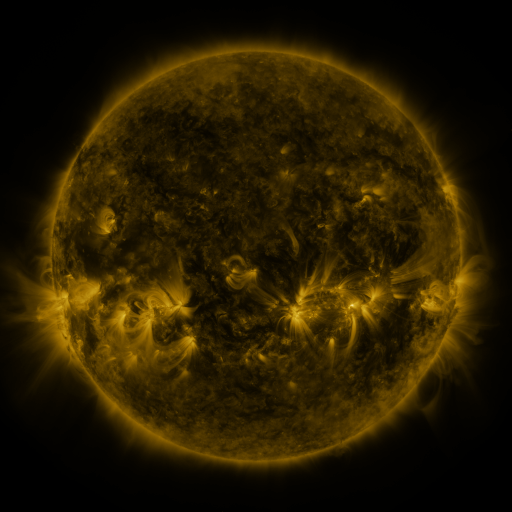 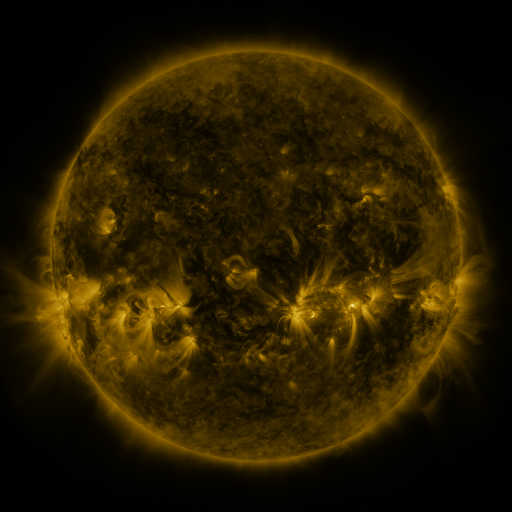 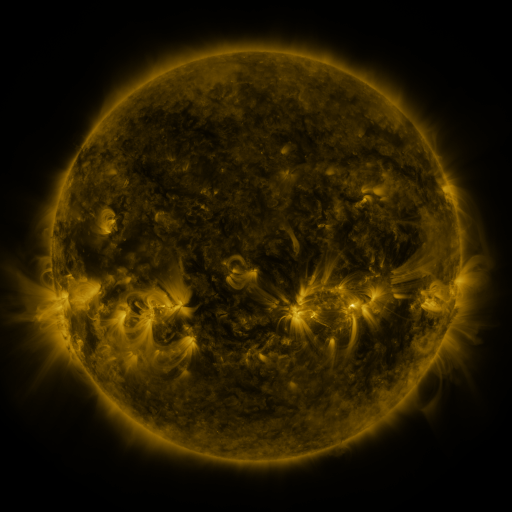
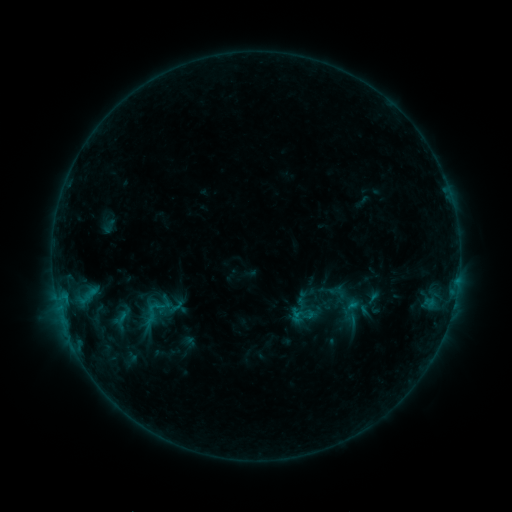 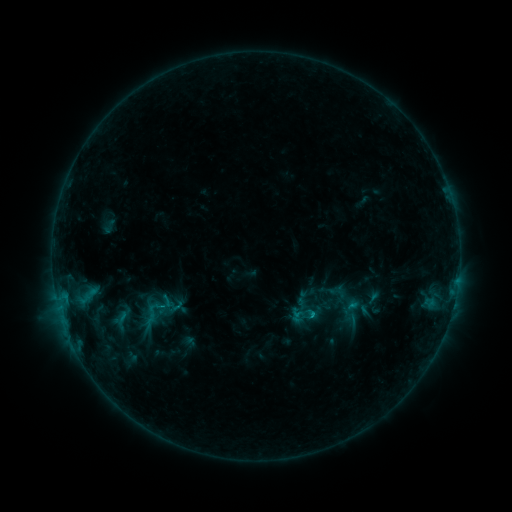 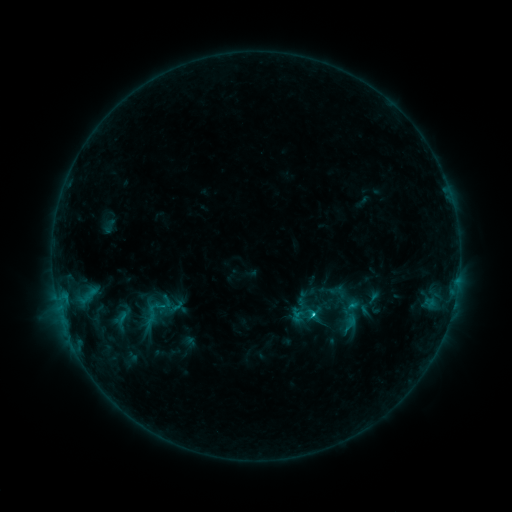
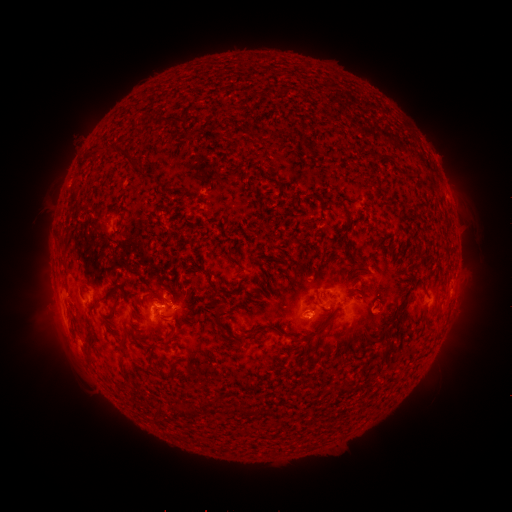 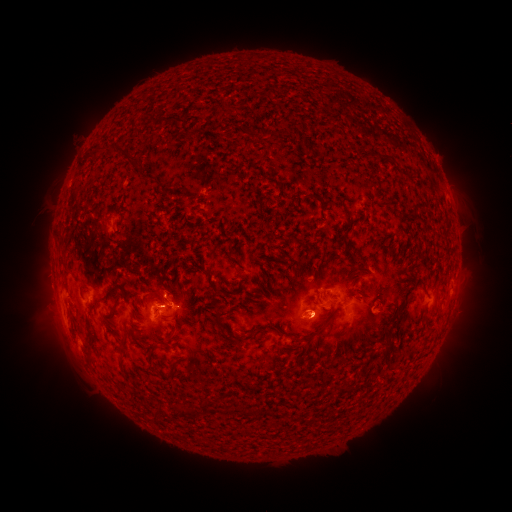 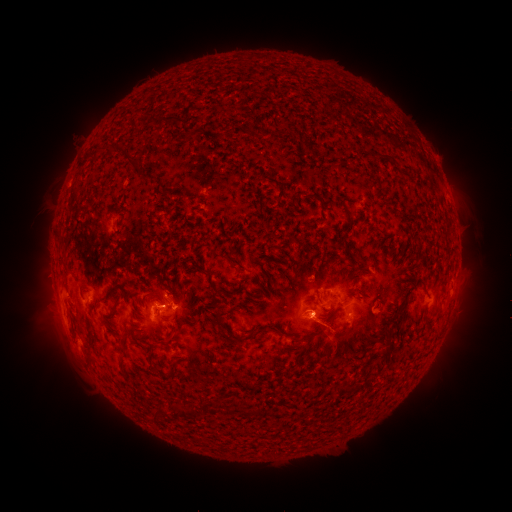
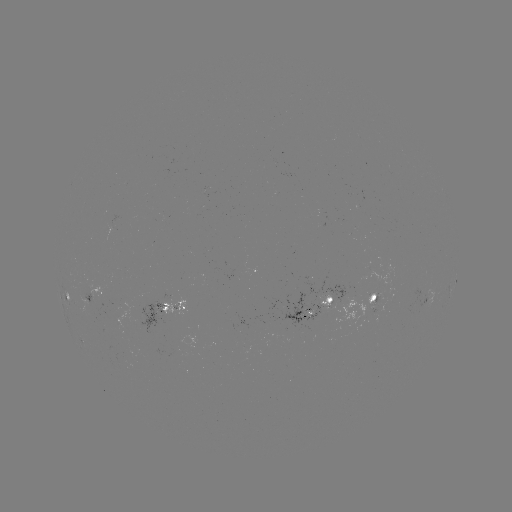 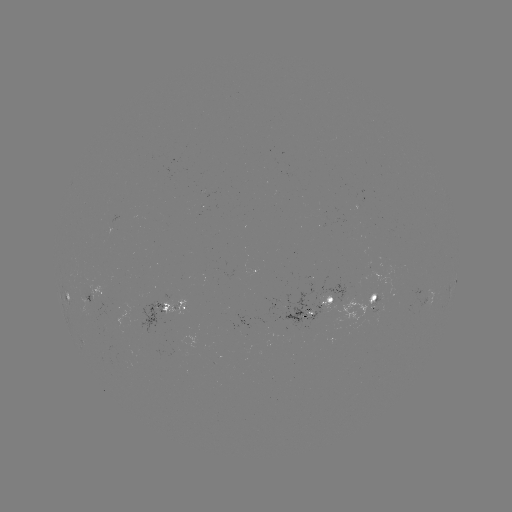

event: flare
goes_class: C1.7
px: (312, 314)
